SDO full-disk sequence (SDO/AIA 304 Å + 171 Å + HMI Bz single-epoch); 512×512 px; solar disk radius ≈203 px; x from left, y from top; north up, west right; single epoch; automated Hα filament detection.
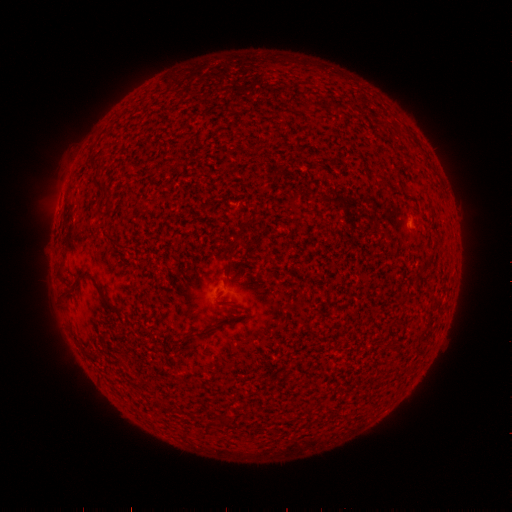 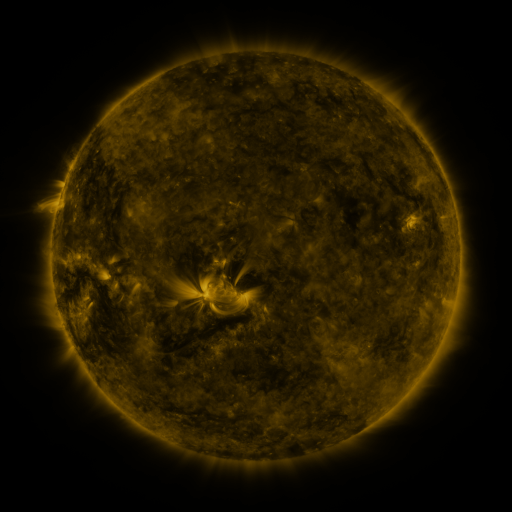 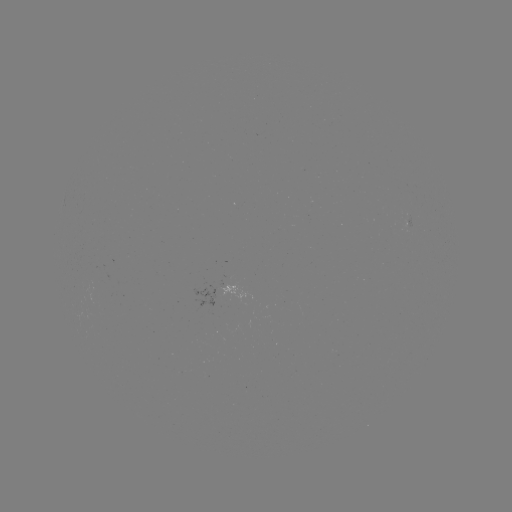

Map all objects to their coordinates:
filament: (103, 187)
filament: (113, 238)
filament: (237, 238)
filament: (97, 285)
filament: (188, 334)
